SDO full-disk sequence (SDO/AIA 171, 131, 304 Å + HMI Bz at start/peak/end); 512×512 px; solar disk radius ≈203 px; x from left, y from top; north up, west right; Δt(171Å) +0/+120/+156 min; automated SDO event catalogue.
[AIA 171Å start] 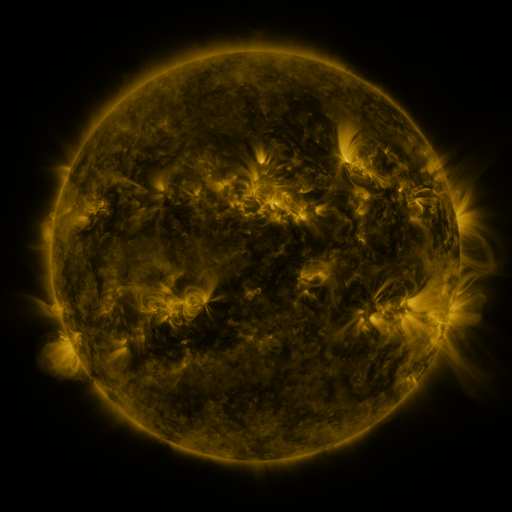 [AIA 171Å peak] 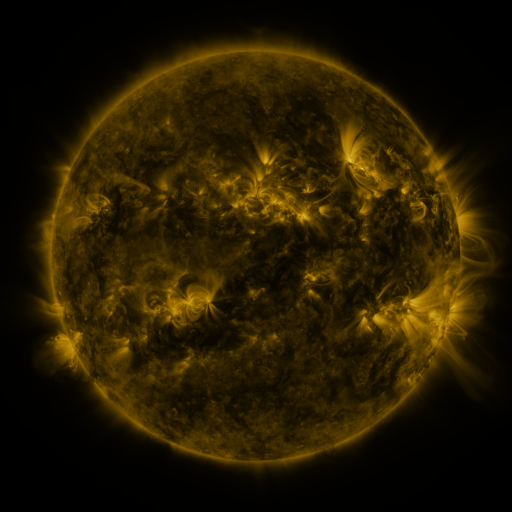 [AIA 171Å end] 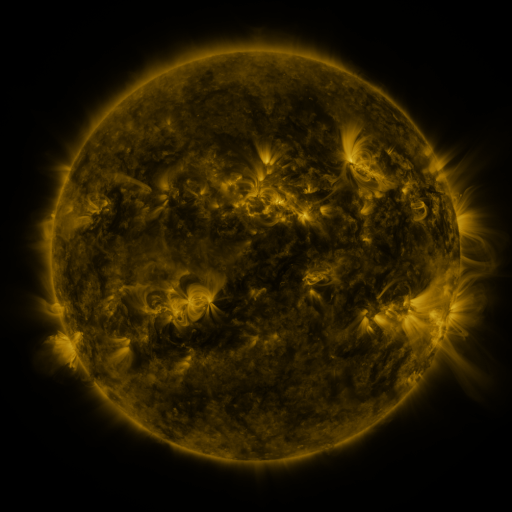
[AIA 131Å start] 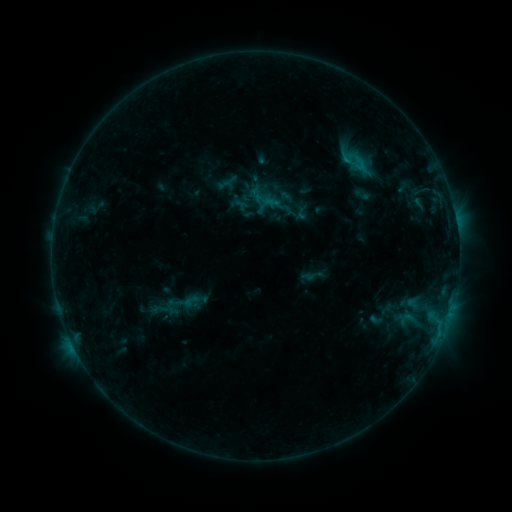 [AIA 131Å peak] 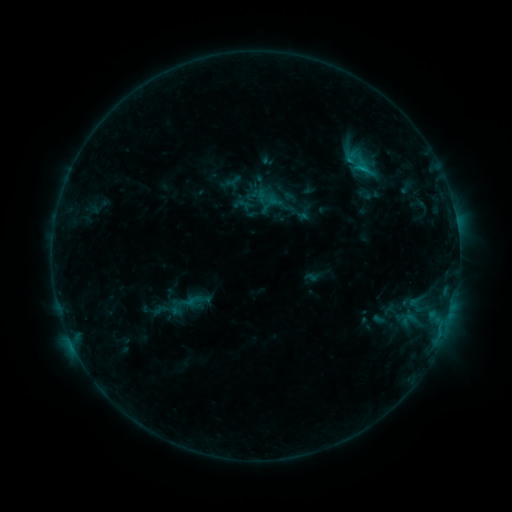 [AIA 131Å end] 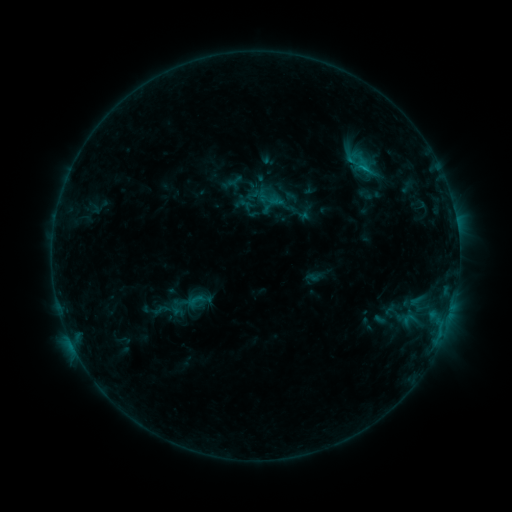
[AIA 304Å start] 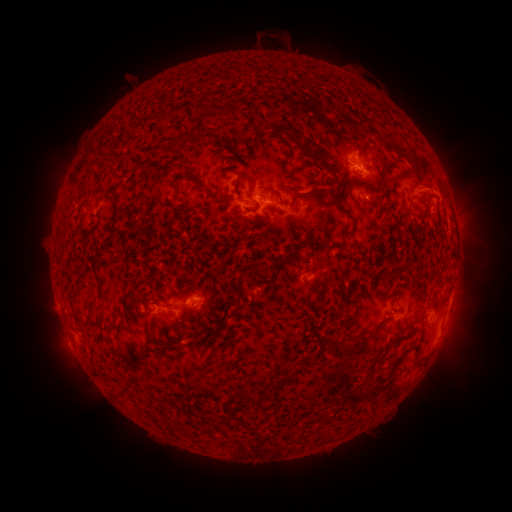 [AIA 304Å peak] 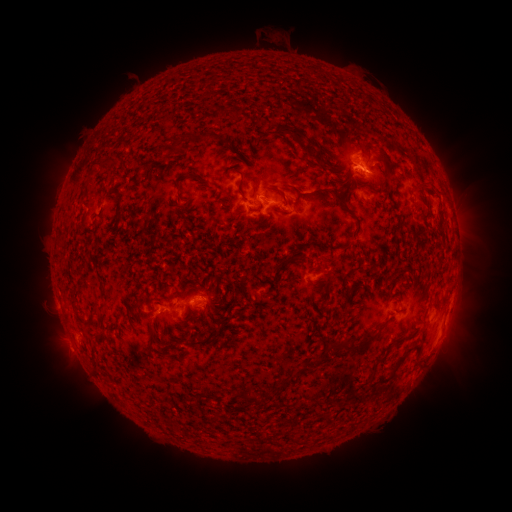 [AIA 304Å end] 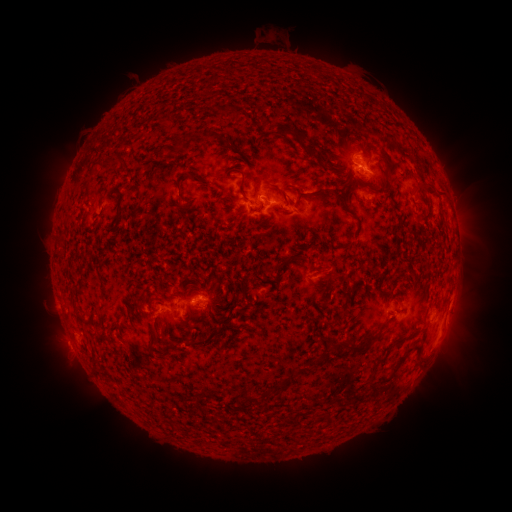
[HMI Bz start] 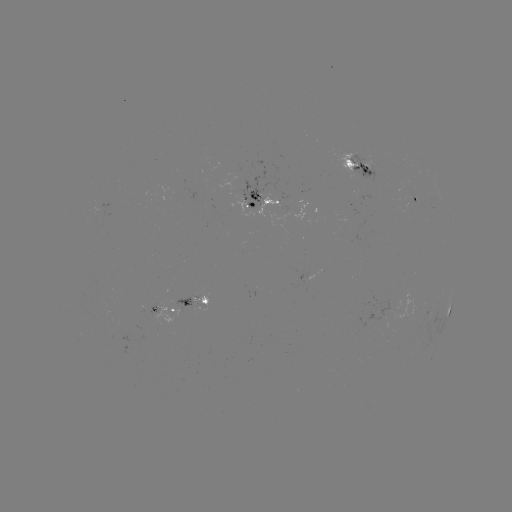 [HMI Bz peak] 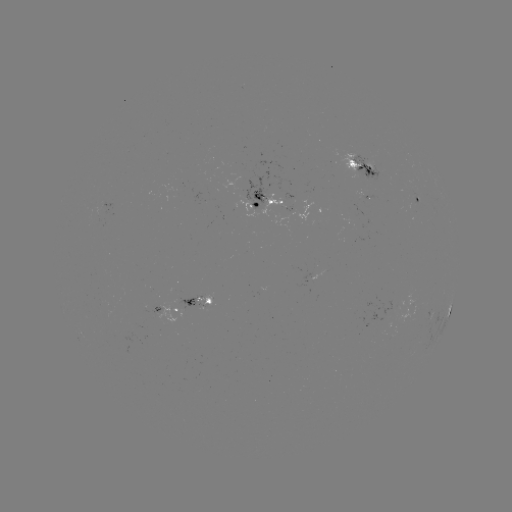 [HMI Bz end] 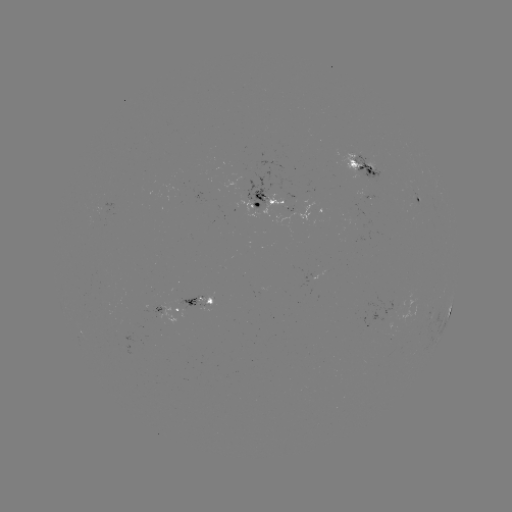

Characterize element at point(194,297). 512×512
emerging-flux region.